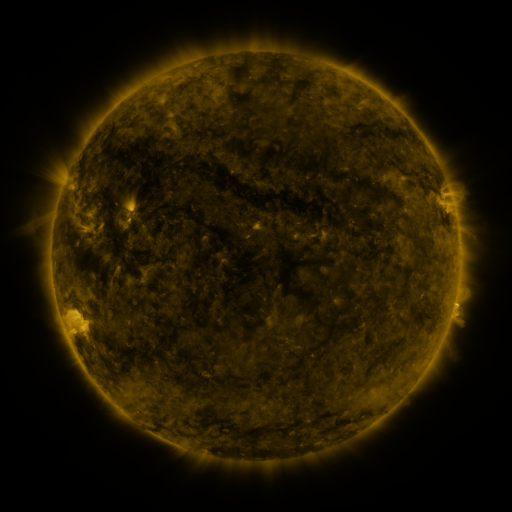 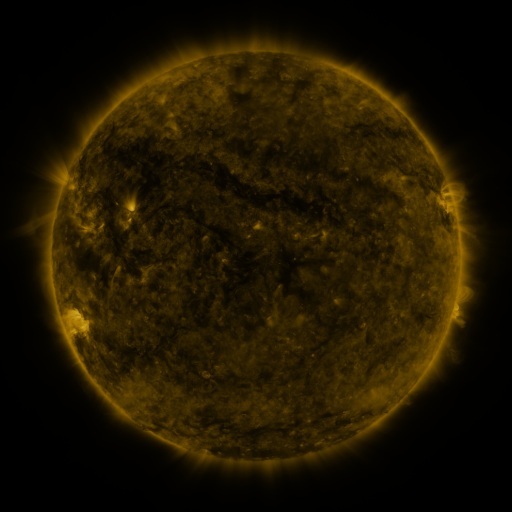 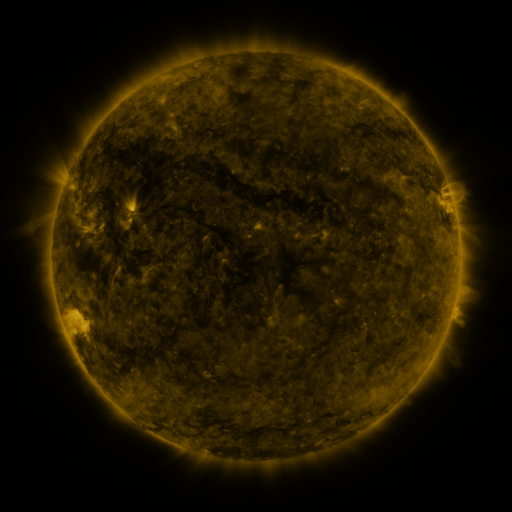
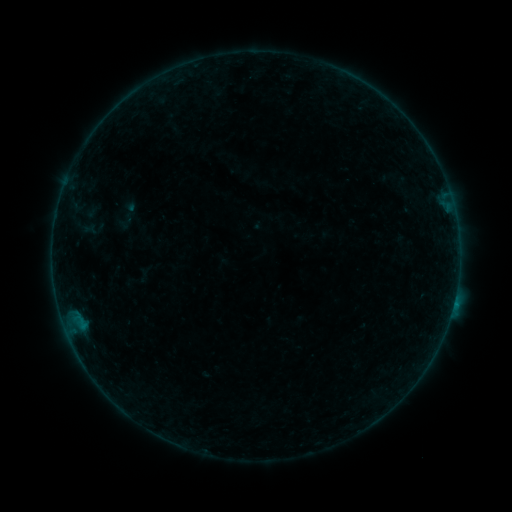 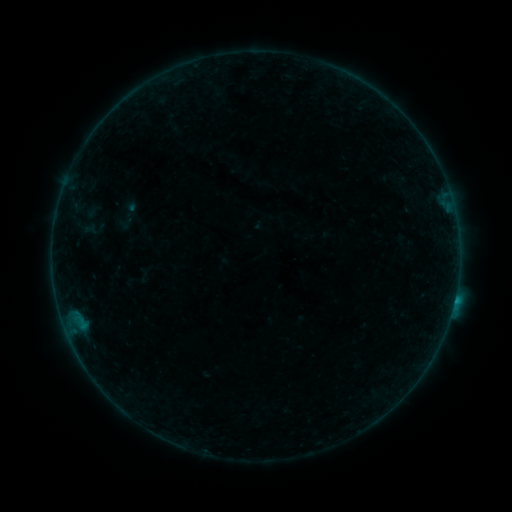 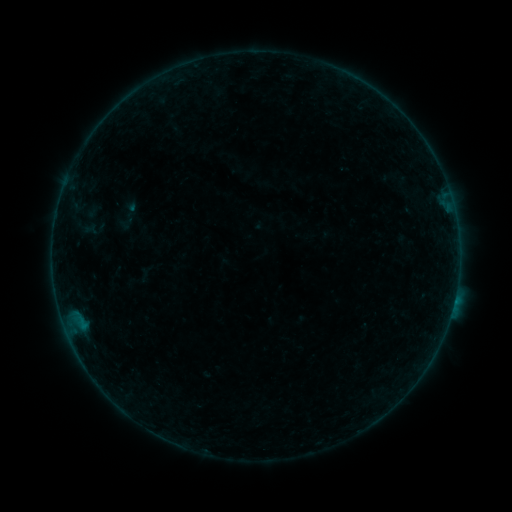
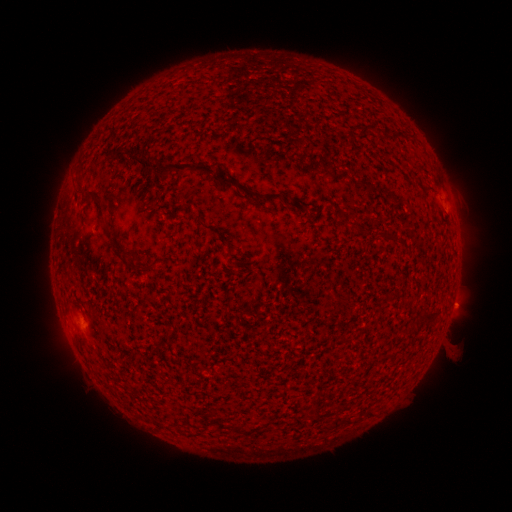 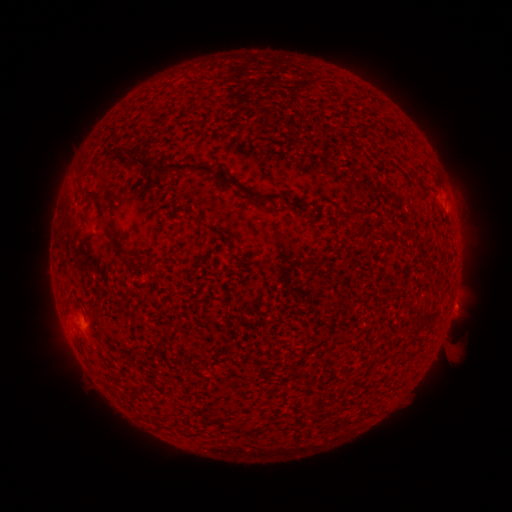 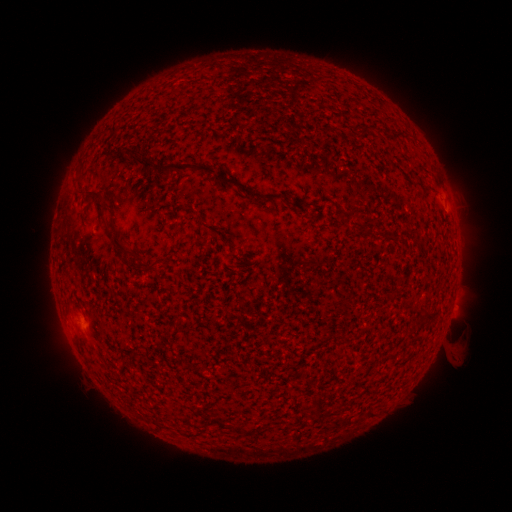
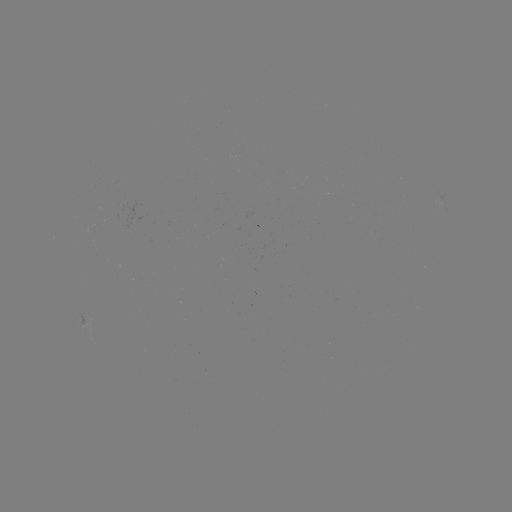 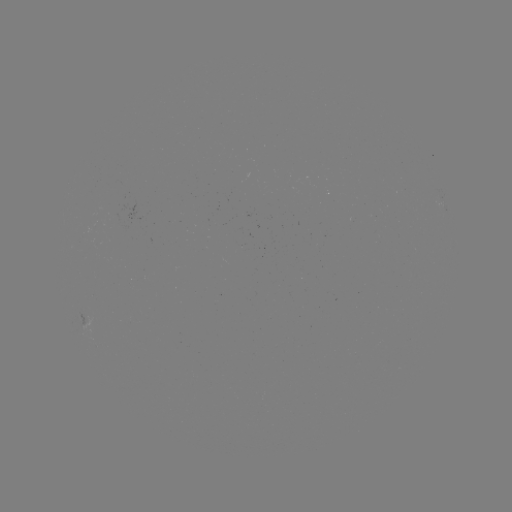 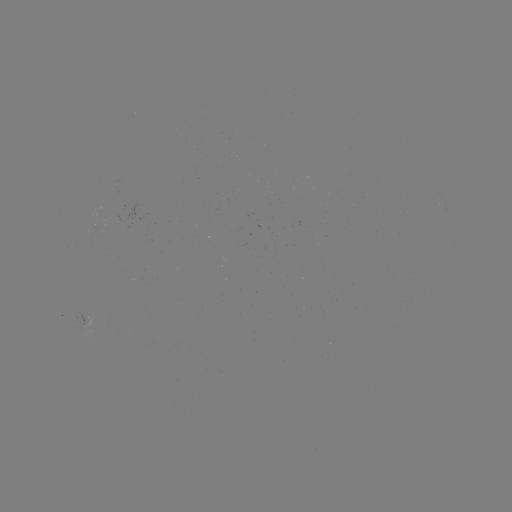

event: flare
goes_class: B4.5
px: (454, 298)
